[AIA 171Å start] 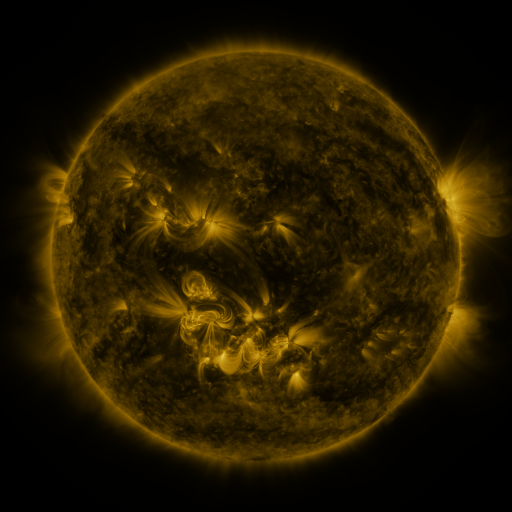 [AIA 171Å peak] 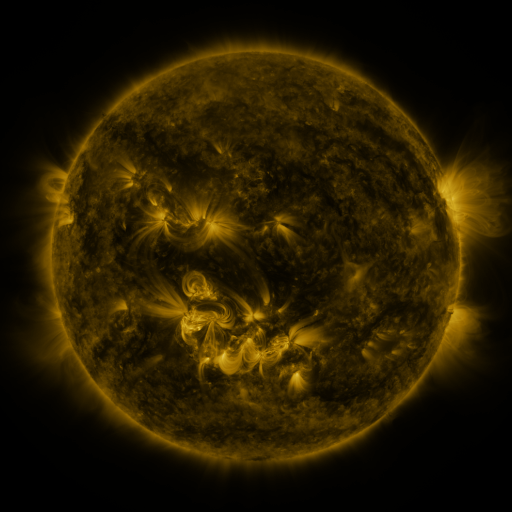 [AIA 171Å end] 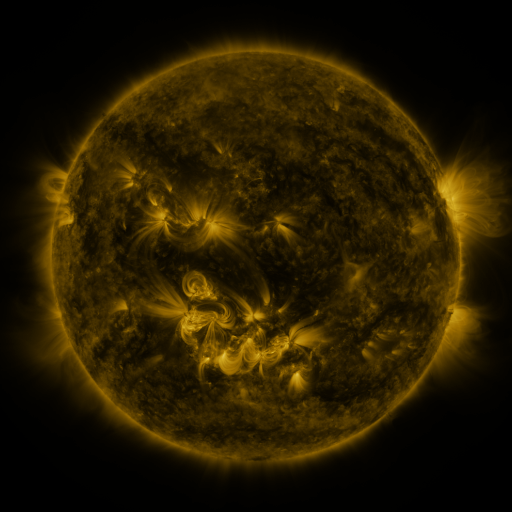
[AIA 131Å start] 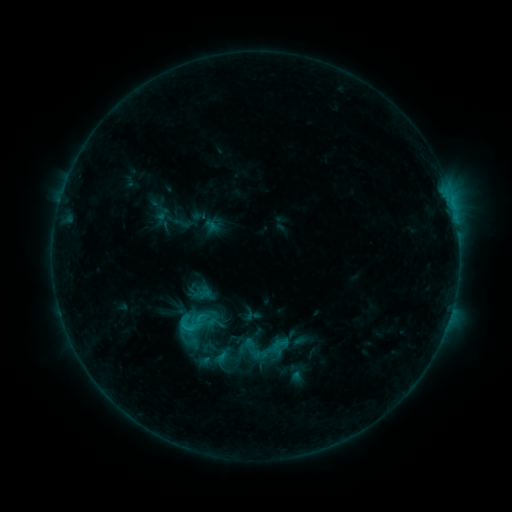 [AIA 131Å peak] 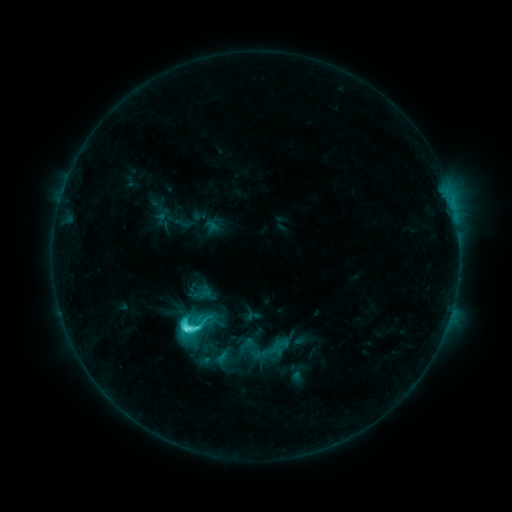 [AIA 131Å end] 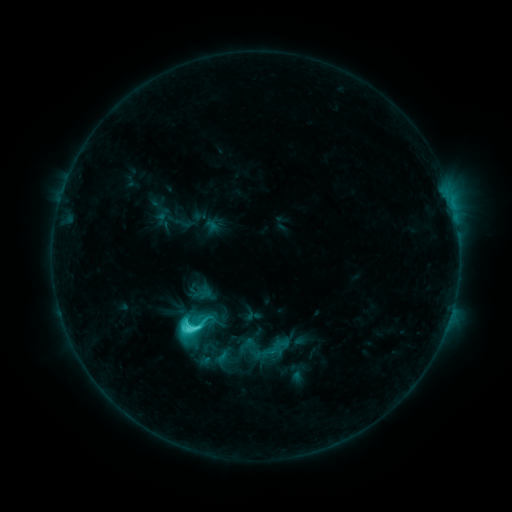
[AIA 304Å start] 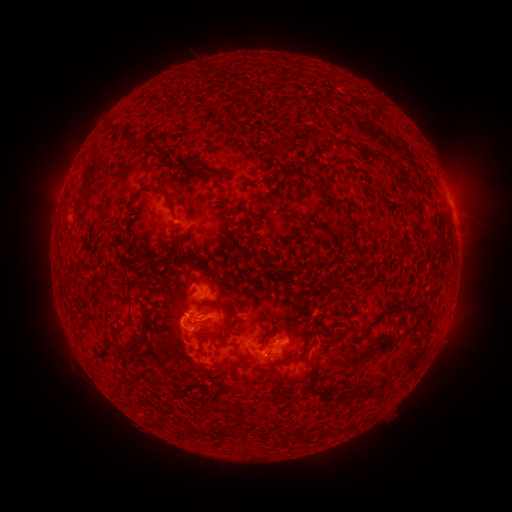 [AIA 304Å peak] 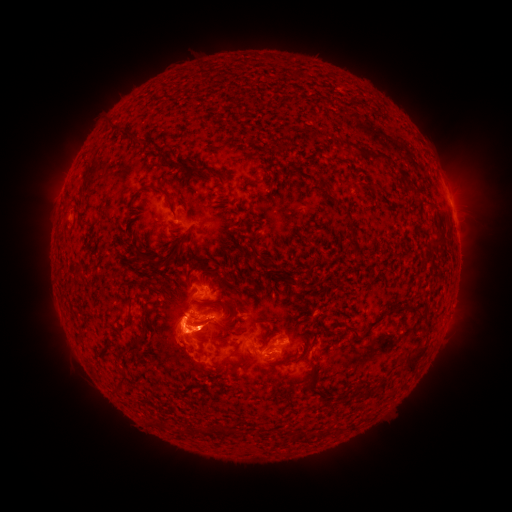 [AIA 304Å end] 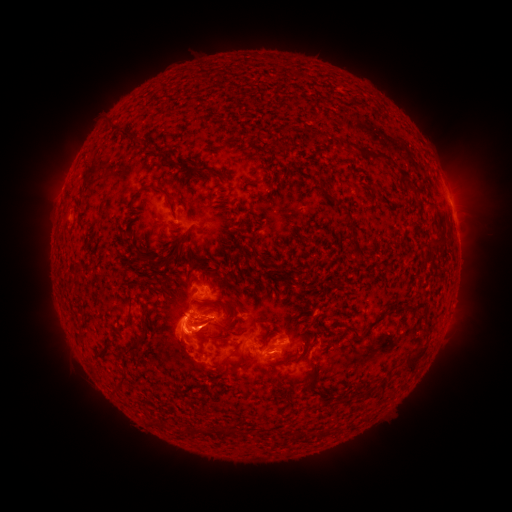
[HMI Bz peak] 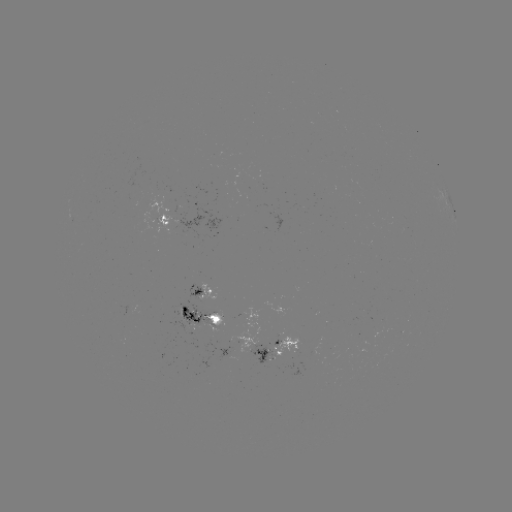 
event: eruption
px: (186, 338)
